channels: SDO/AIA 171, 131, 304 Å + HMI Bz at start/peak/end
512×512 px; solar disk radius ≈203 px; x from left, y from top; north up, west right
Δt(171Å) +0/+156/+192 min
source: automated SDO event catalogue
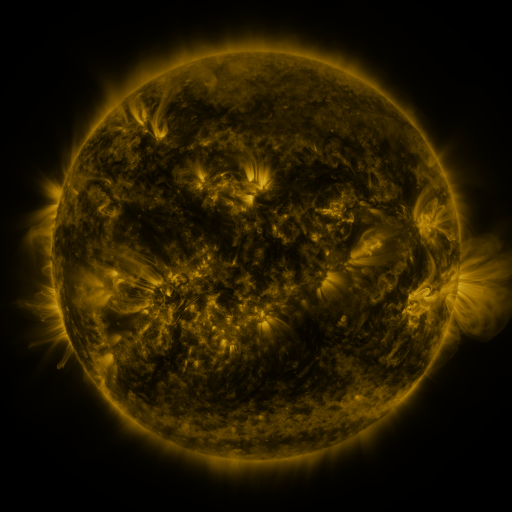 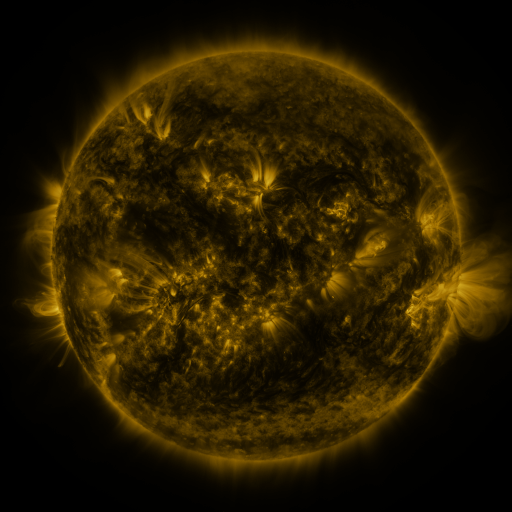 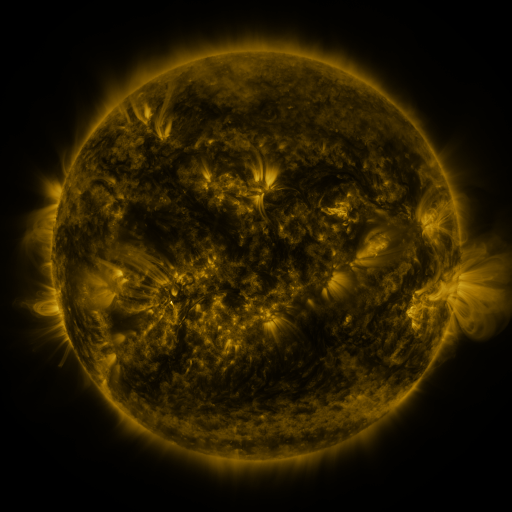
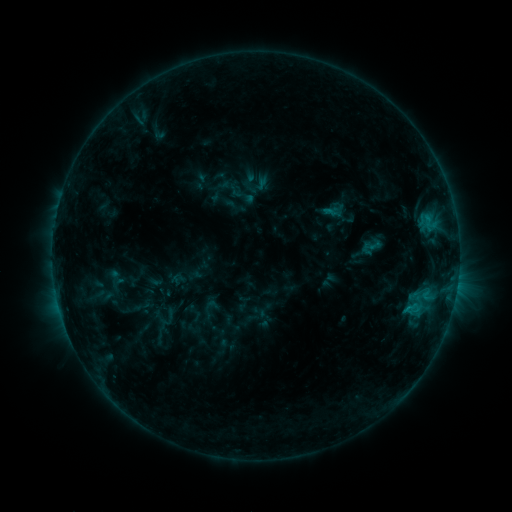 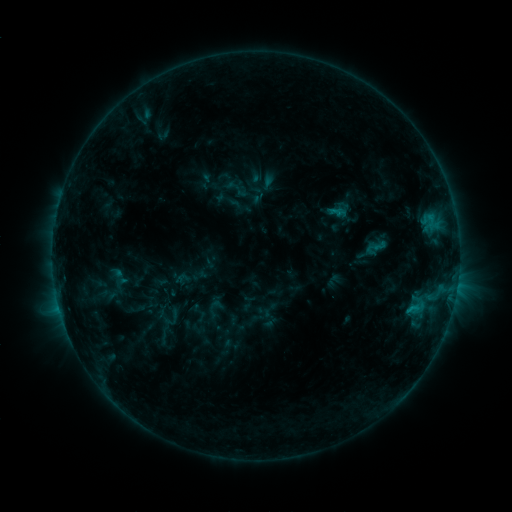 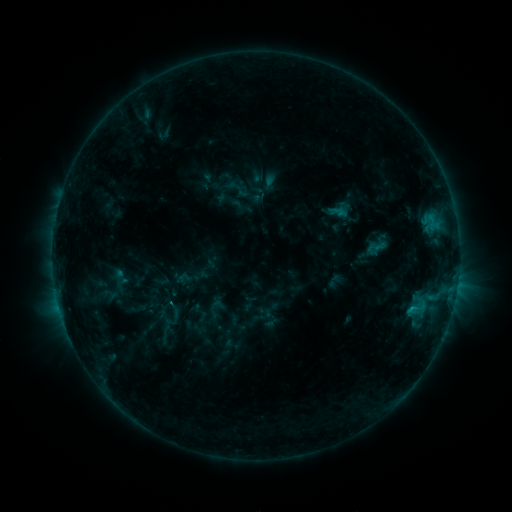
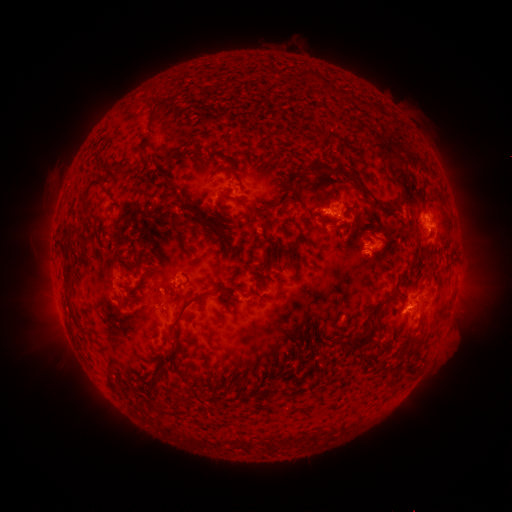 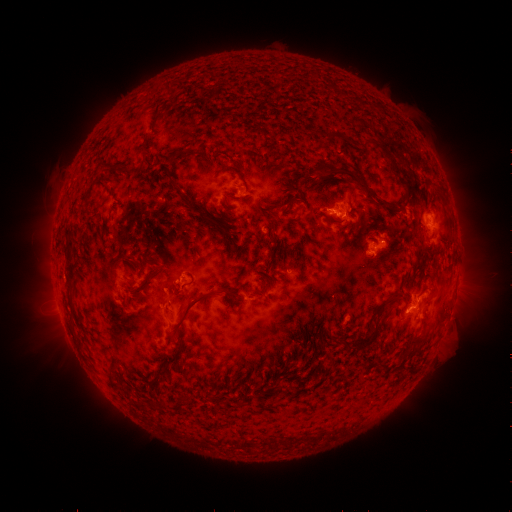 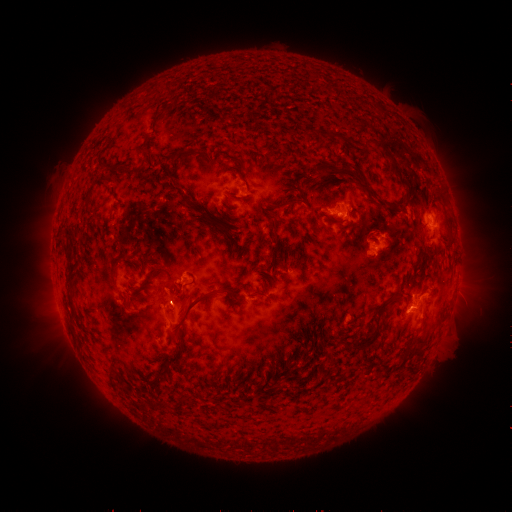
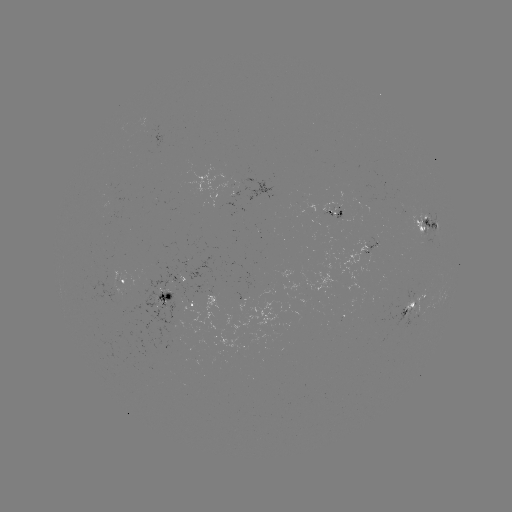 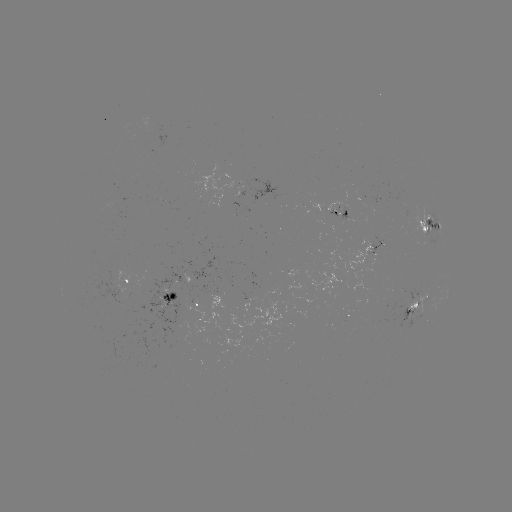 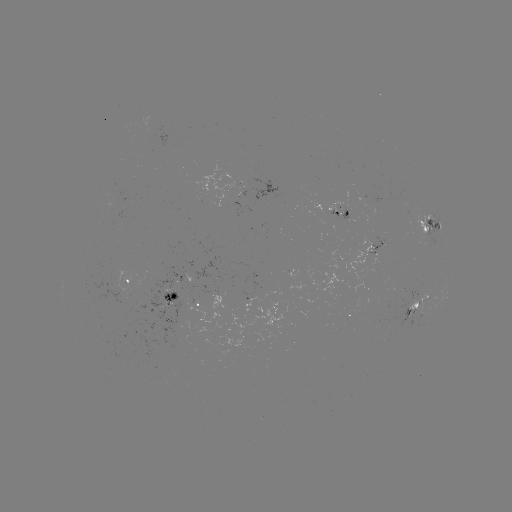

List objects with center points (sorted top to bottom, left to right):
emerging-flux region: (338, 212)
